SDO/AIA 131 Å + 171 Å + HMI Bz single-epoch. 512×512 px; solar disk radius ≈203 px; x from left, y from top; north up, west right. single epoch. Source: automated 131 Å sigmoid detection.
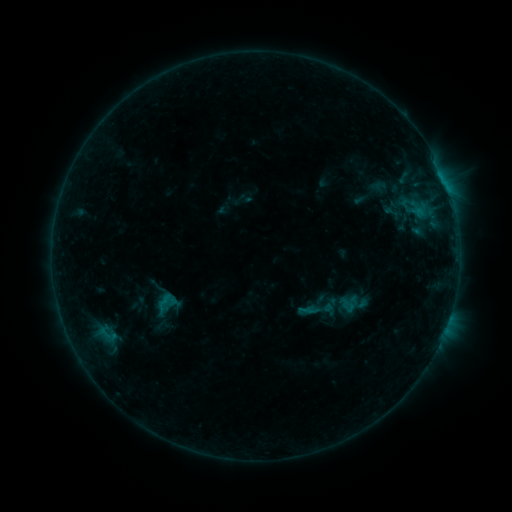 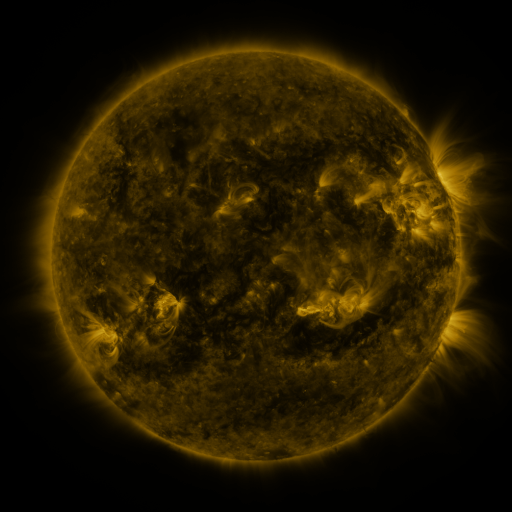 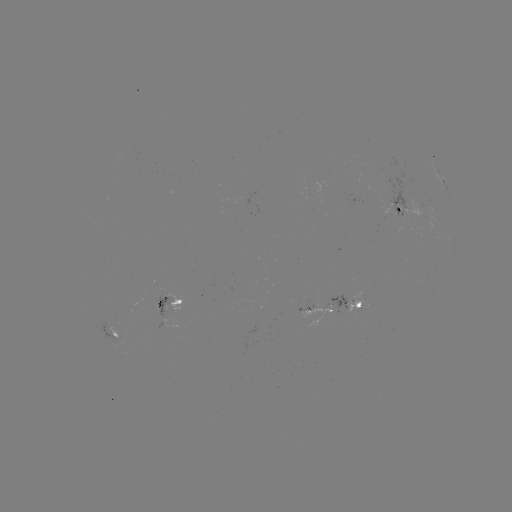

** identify sigmoid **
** [167, 300] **